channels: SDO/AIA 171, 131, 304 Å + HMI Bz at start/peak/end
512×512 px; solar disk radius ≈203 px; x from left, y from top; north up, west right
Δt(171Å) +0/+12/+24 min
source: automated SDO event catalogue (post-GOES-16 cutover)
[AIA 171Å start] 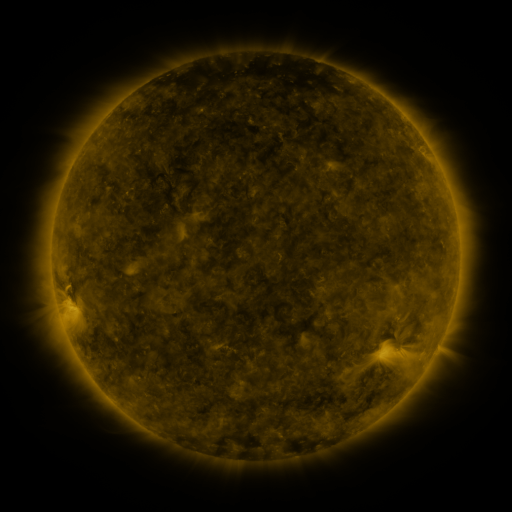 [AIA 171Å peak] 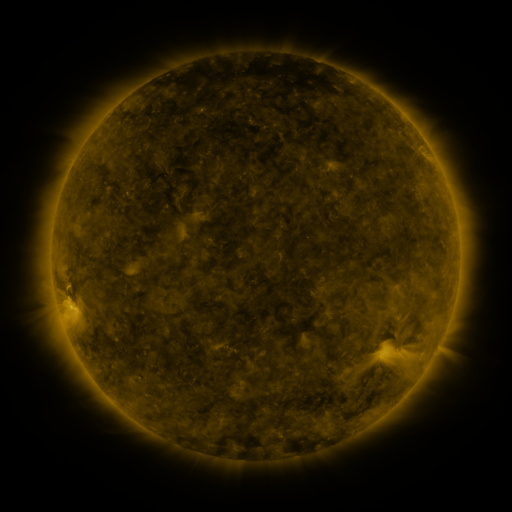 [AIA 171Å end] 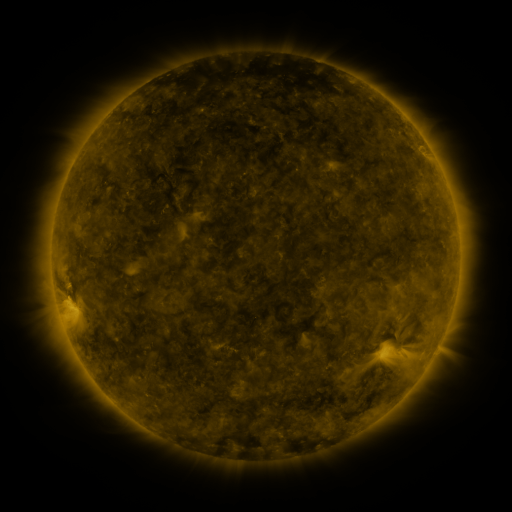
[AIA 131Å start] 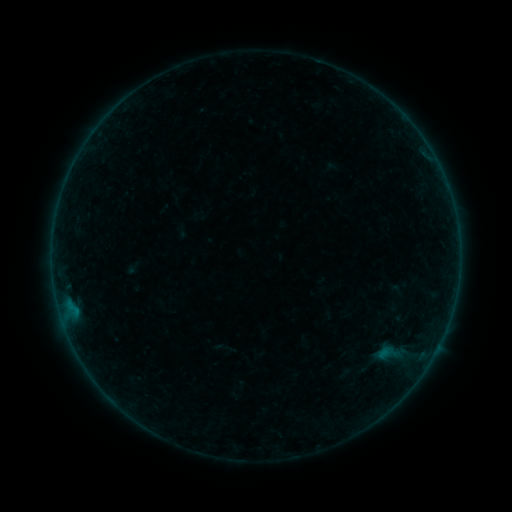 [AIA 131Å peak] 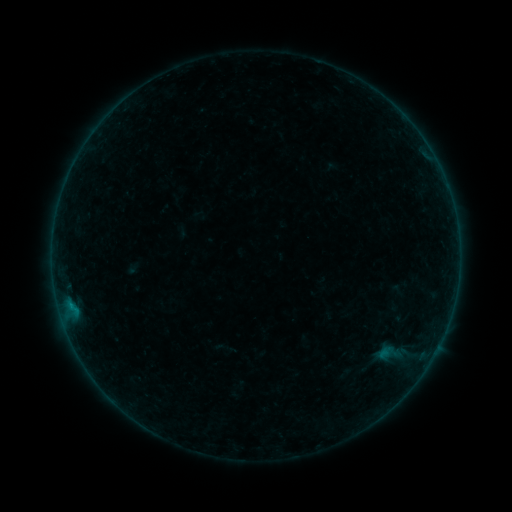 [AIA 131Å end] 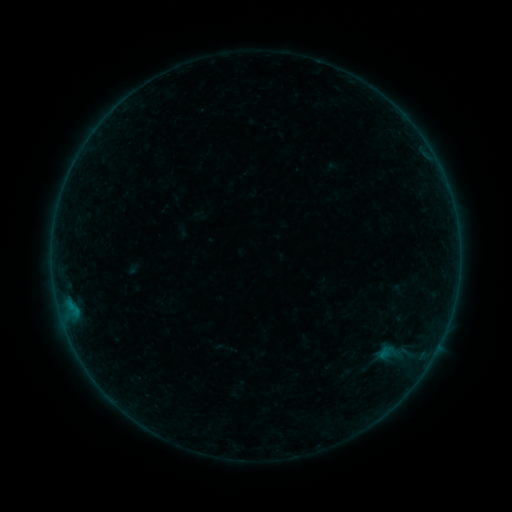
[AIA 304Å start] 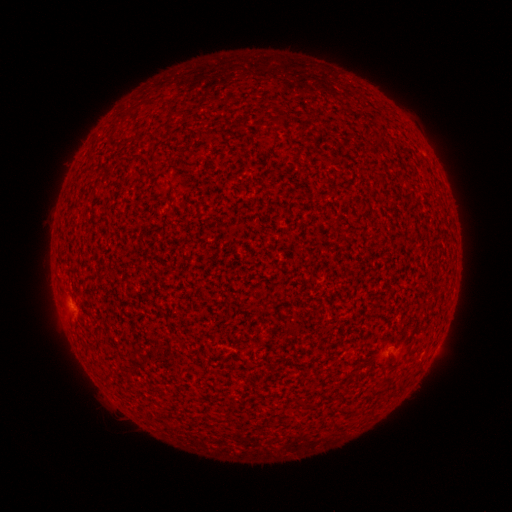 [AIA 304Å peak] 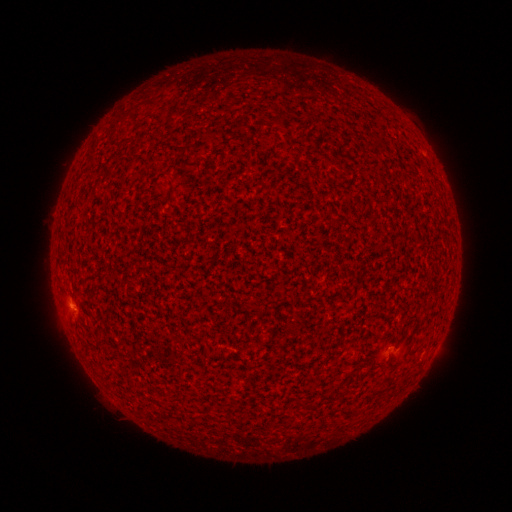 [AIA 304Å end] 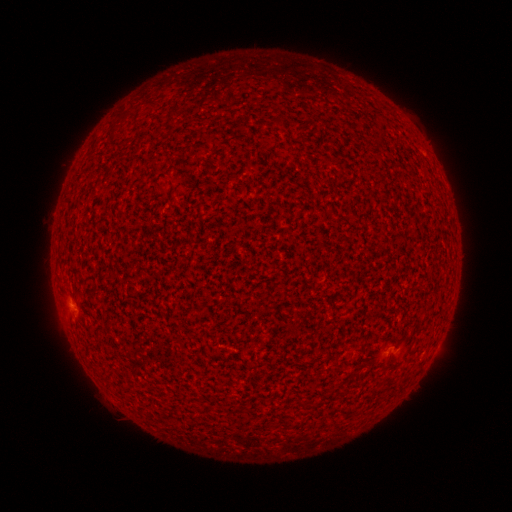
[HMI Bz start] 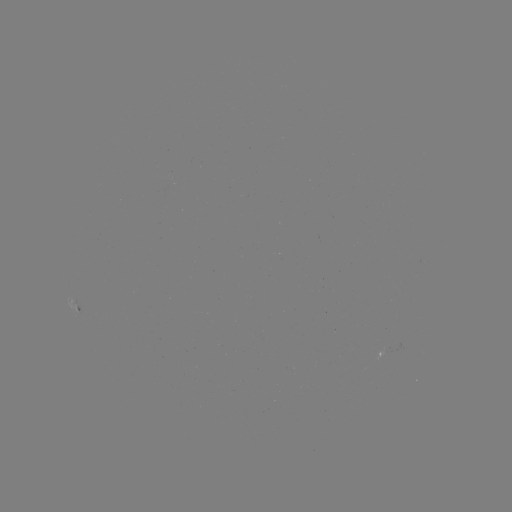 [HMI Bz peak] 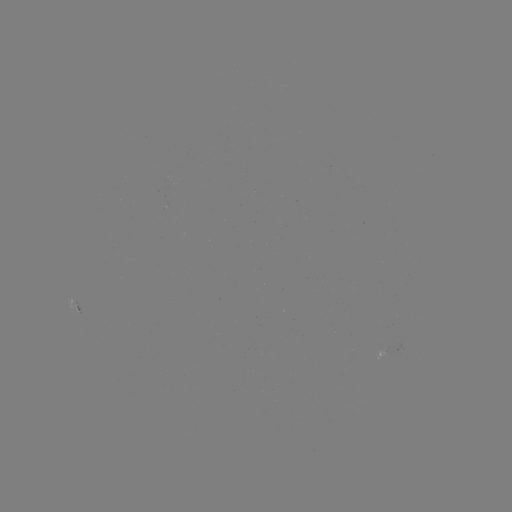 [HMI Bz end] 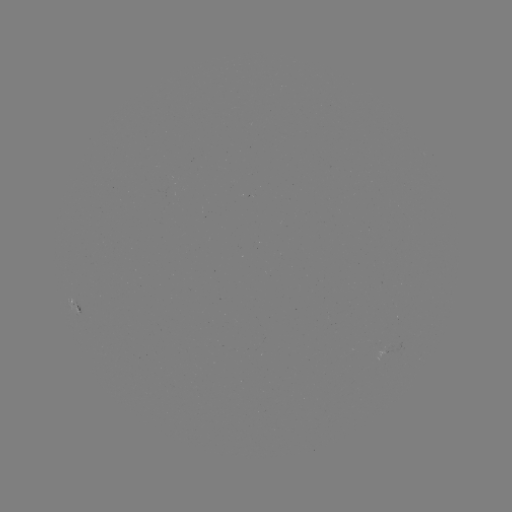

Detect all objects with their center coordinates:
B1.4 flare: (74, 306)
